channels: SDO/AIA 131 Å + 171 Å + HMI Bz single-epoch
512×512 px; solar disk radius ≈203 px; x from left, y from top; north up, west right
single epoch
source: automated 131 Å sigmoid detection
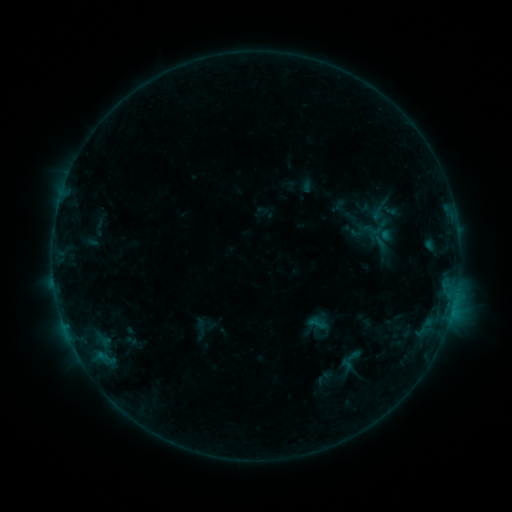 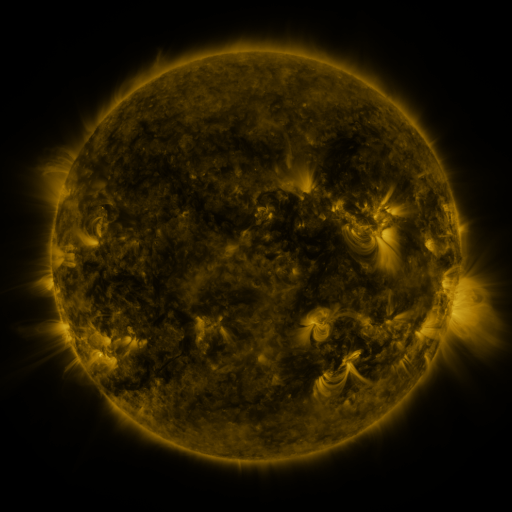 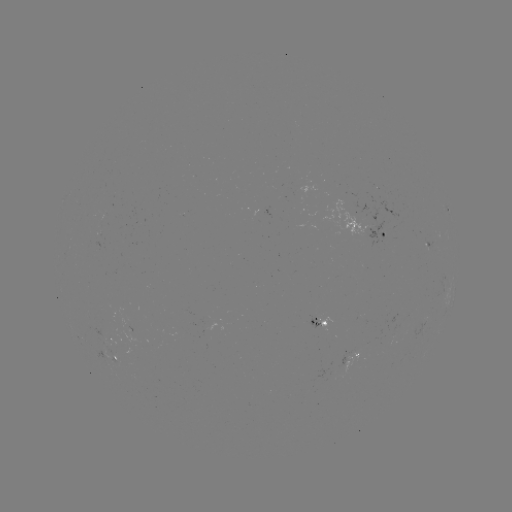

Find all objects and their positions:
sigmoid: (372, 230)
